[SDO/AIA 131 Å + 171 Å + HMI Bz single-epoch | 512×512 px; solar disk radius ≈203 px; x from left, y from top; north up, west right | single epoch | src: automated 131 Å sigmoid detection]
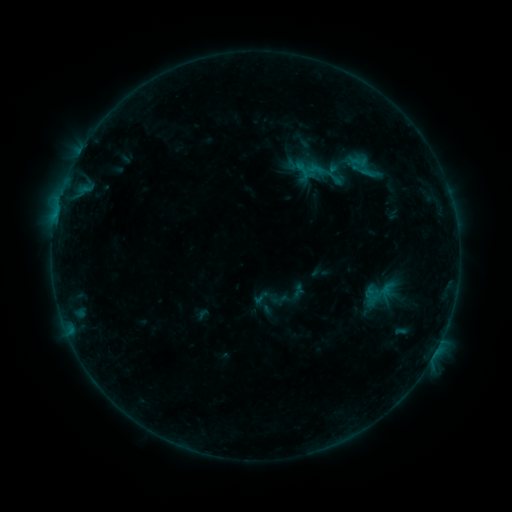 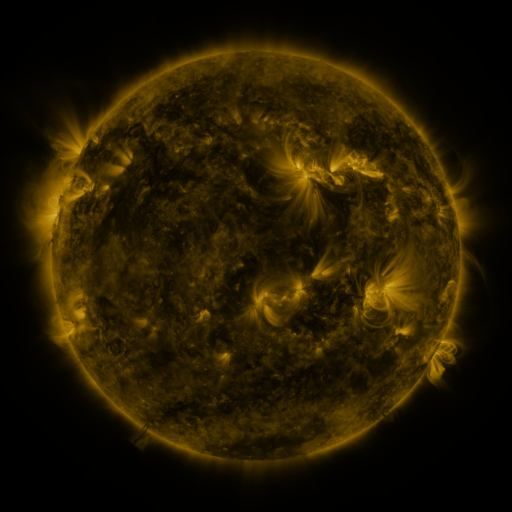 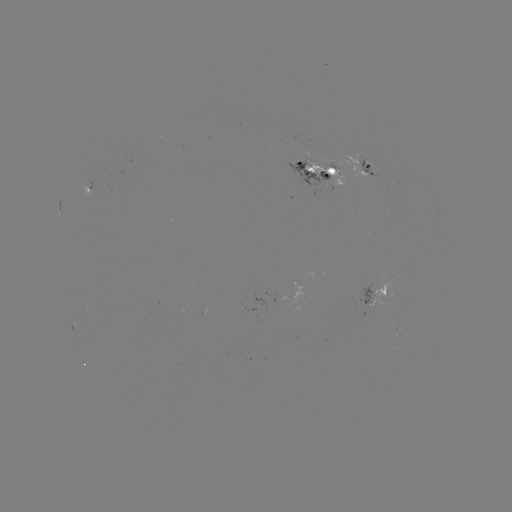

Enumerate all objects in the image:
sigmoid: (321, 171)
